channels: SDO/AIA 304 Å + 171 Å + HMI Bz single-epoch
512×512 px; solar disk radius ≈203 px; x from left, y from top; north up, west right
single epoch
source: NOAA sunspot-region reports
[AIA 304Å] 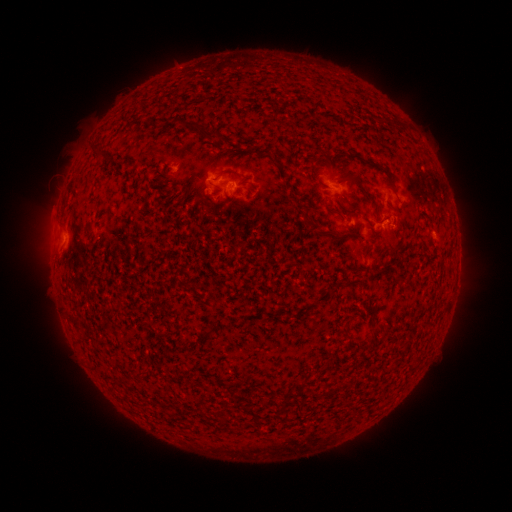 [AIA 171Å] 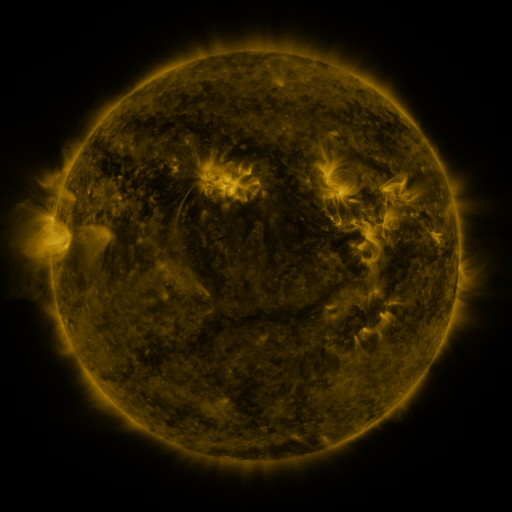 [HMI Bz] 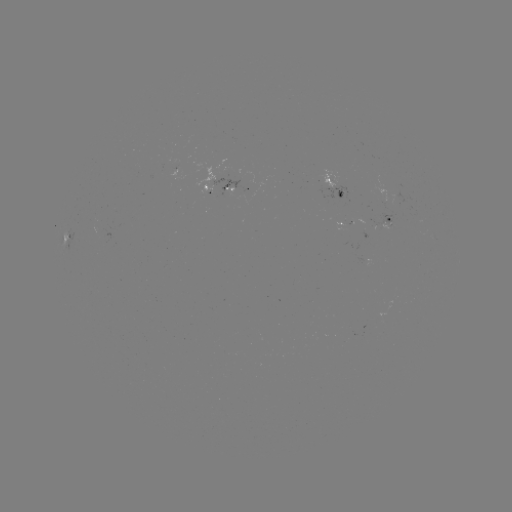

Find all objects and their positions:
spotted active region: (179, 167)
spotted active region: (232, 186)
spotted active region: (341, 187)
spotted active region: (391, 220)
spotted active region: (73, 235)
